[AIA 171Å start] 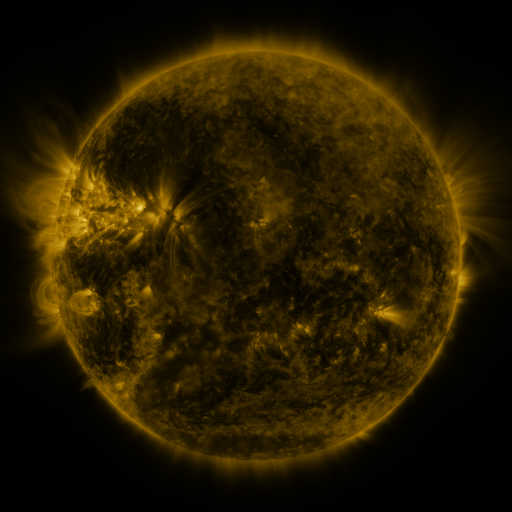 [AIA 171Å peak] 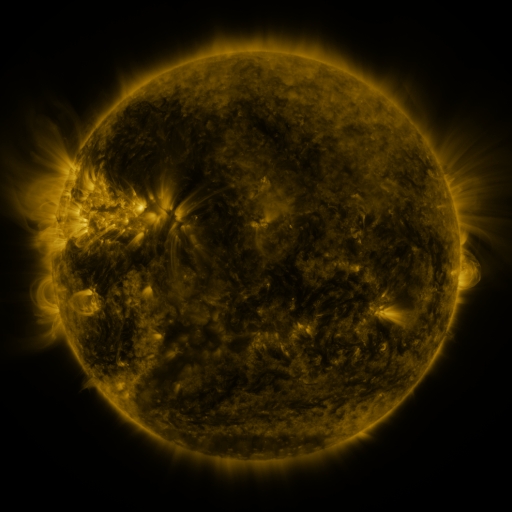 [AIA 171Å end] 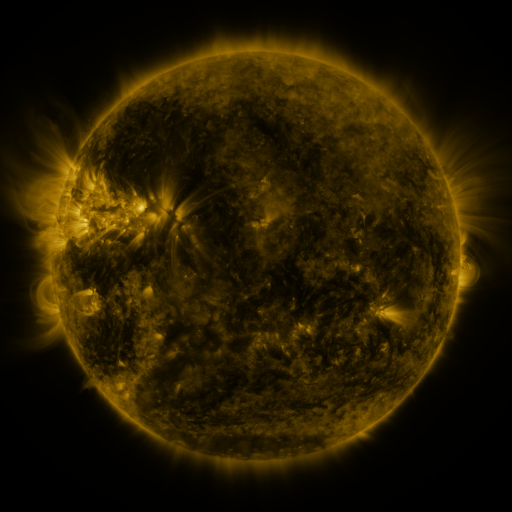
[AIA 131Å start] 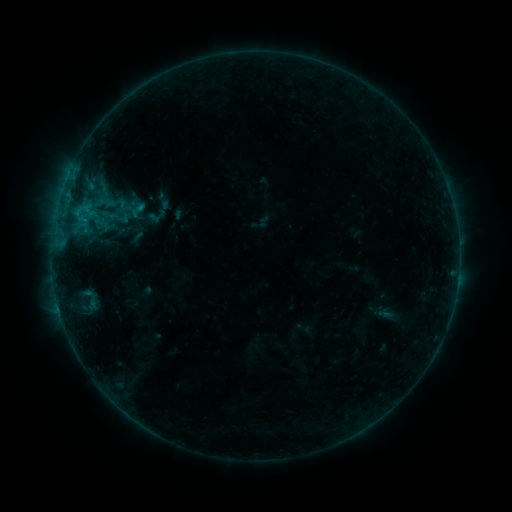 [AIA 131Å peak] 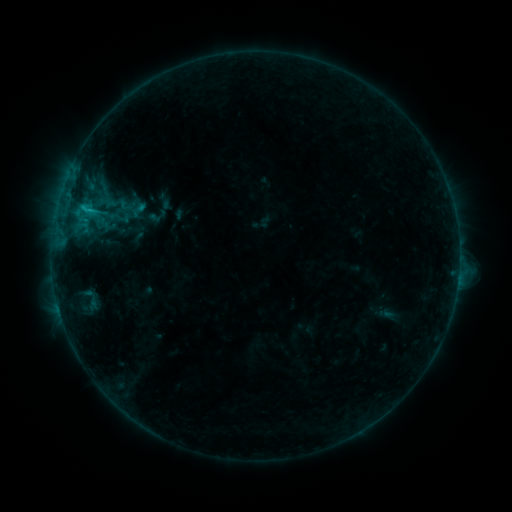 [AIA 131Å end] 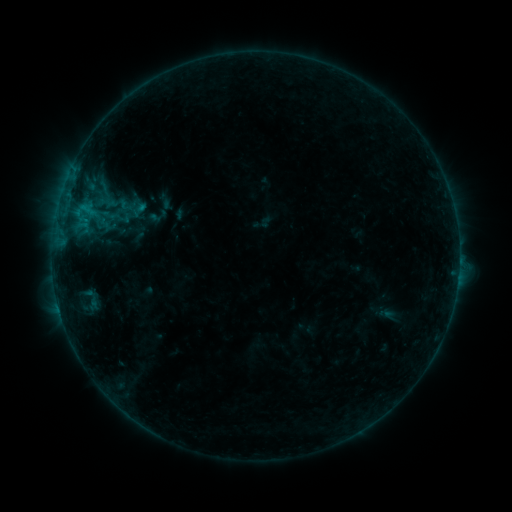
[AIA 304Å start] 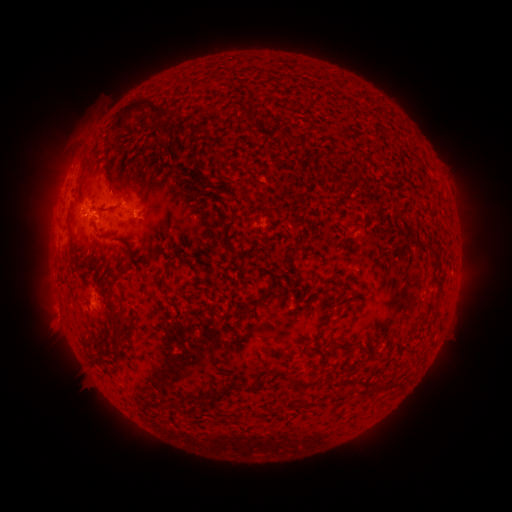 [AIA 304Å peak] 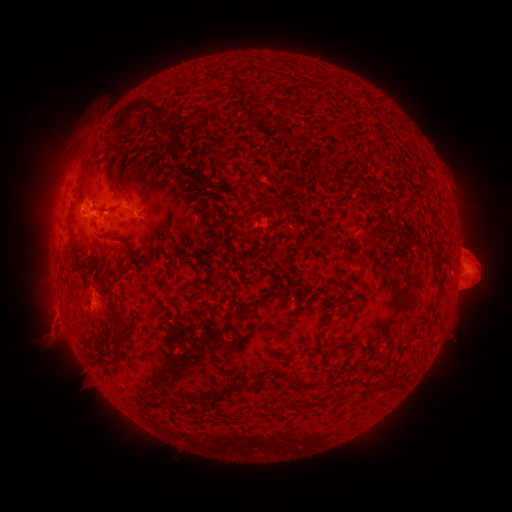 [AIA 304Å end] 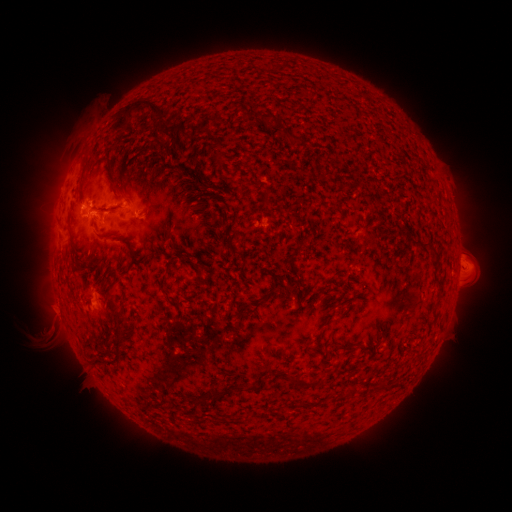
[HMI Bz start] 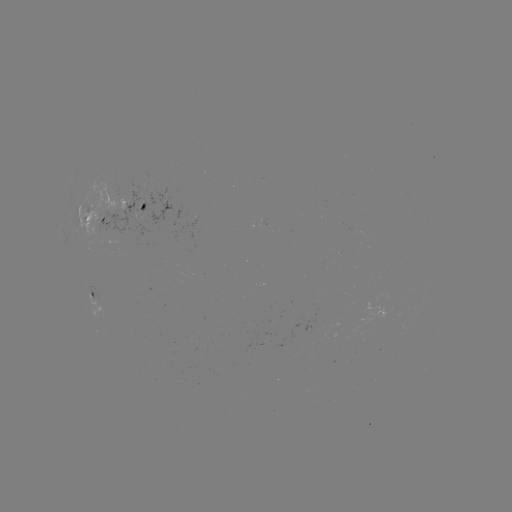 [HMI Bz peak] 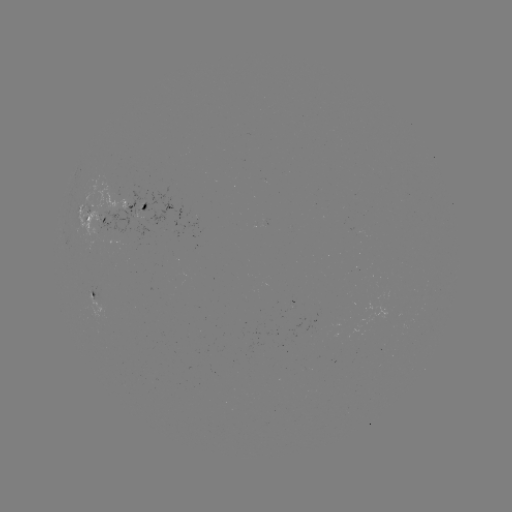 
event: flare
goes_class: B8.8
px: (90, 212)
